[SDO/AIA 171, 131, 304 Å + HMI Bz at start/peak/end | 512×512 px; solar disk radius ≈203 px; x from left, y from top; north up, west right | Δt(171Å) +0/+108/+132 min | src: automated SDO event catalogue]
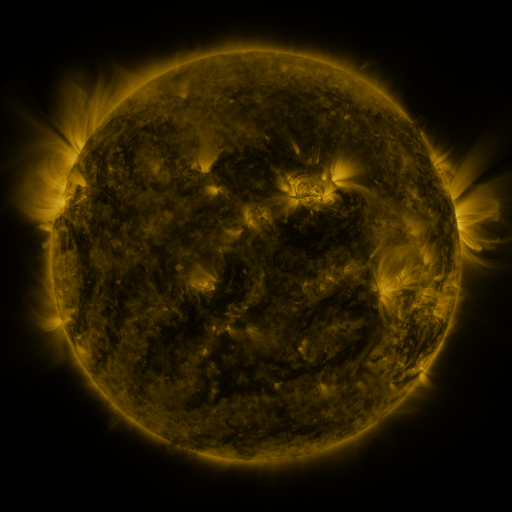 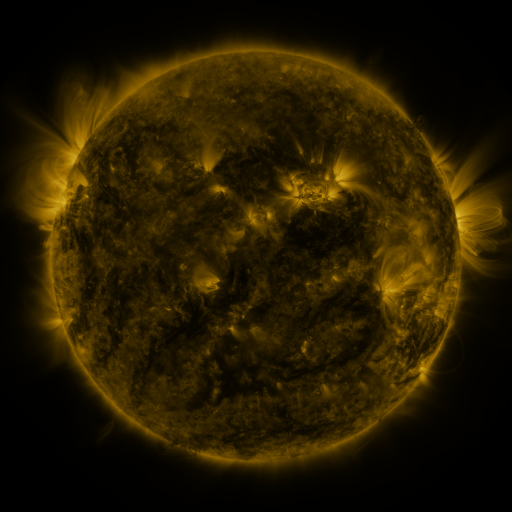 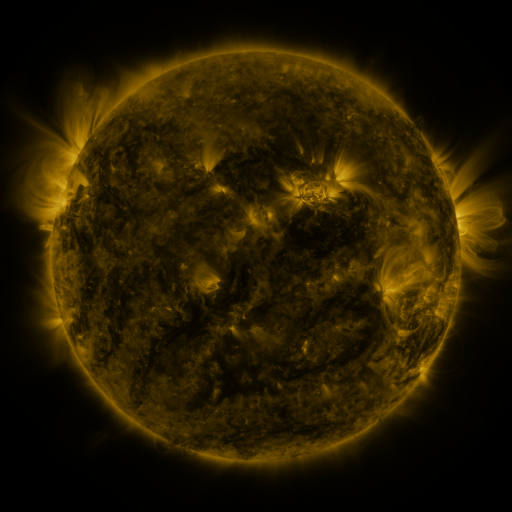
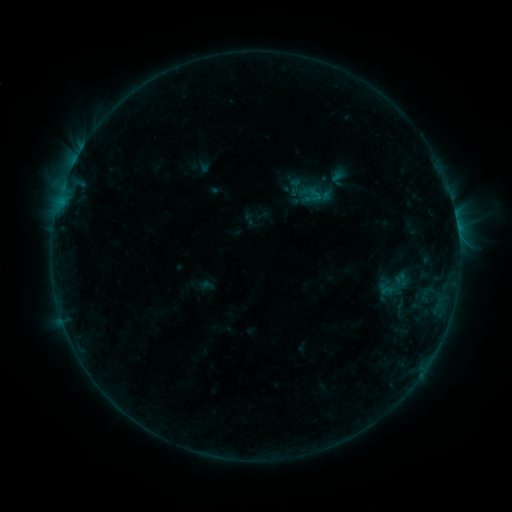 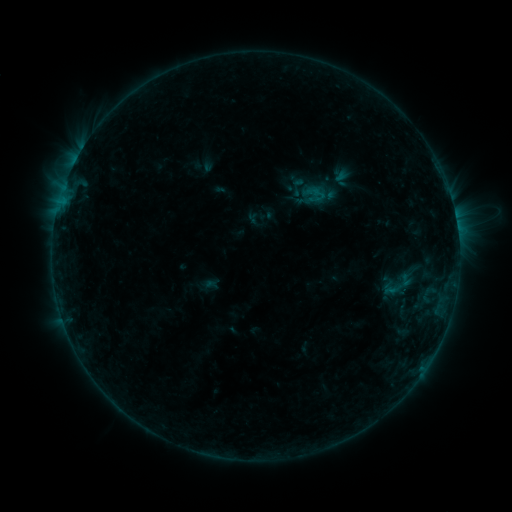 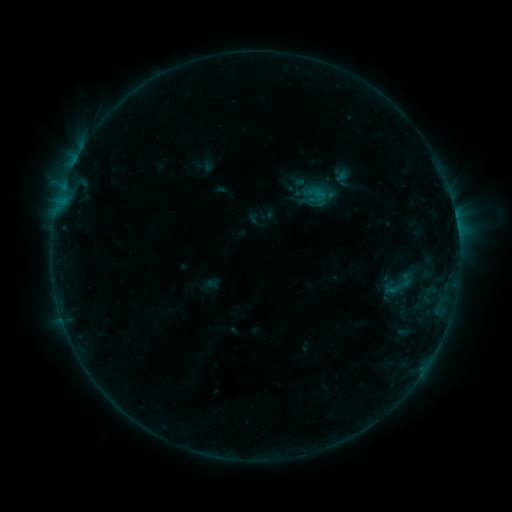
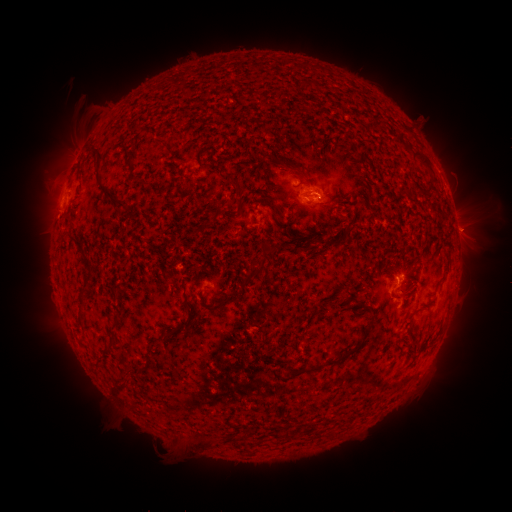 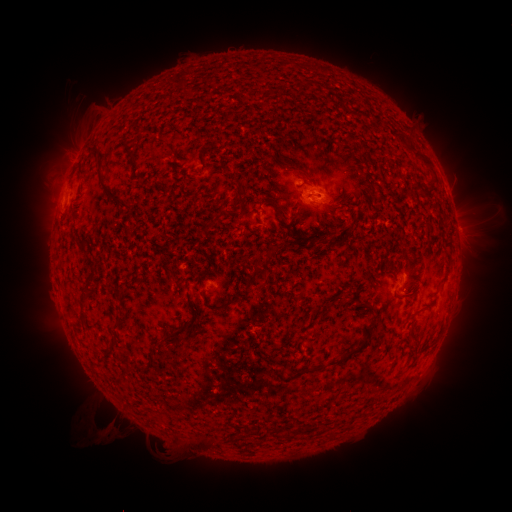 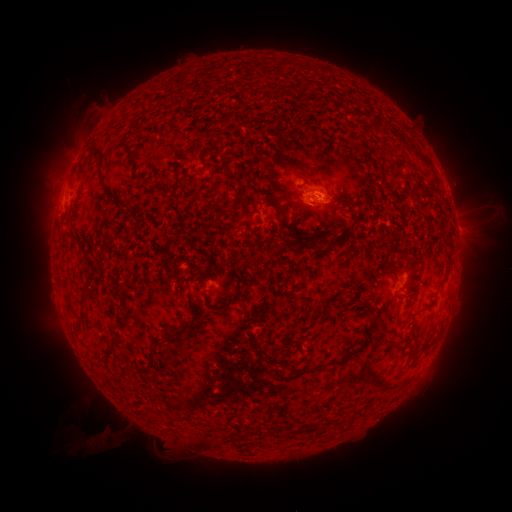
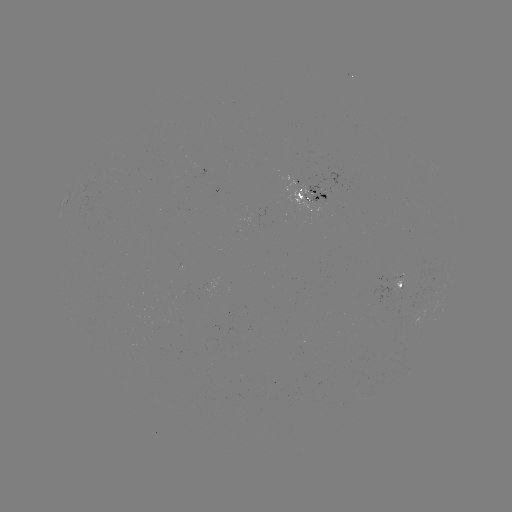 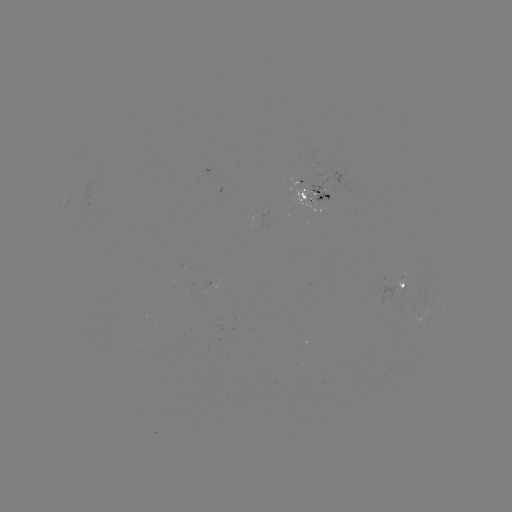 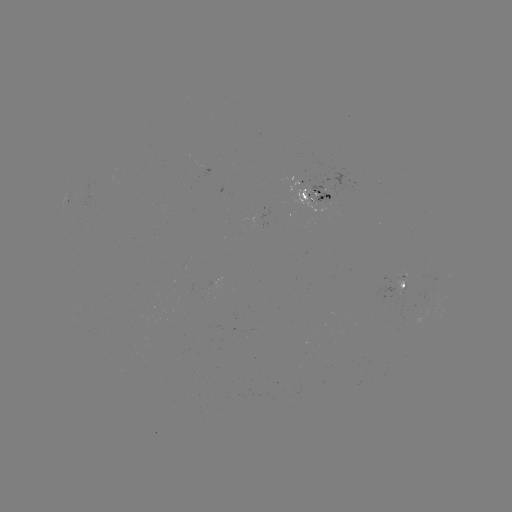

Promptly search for emerging-flux region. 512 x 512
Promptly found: [313, 191].